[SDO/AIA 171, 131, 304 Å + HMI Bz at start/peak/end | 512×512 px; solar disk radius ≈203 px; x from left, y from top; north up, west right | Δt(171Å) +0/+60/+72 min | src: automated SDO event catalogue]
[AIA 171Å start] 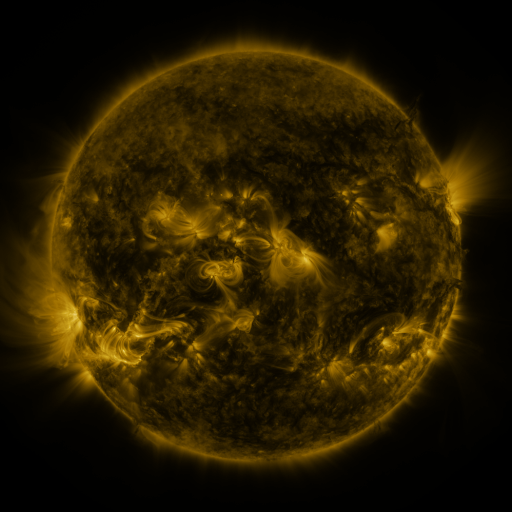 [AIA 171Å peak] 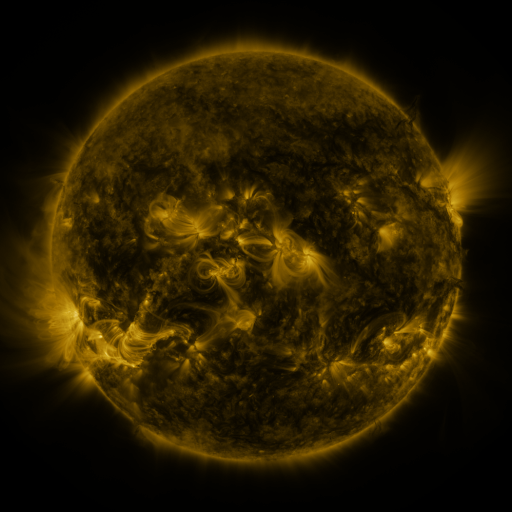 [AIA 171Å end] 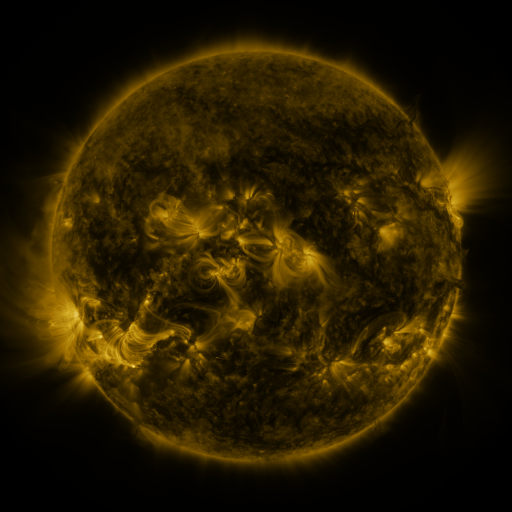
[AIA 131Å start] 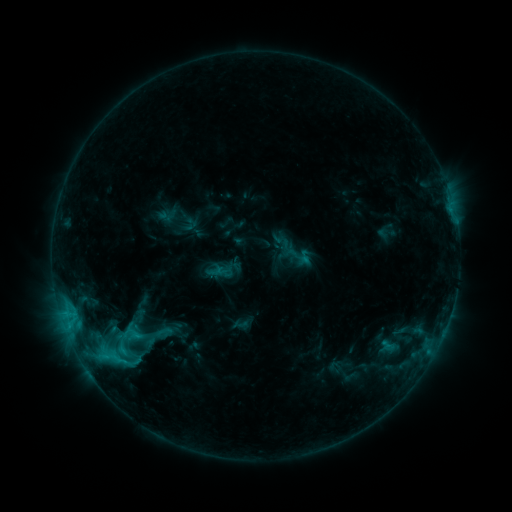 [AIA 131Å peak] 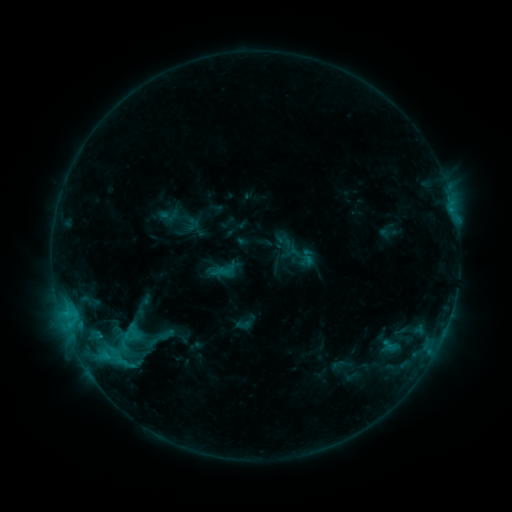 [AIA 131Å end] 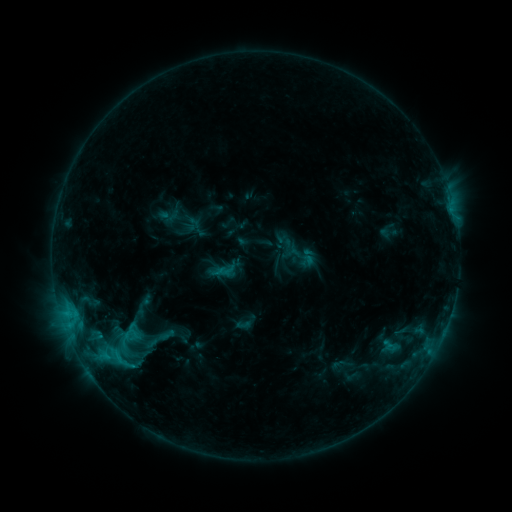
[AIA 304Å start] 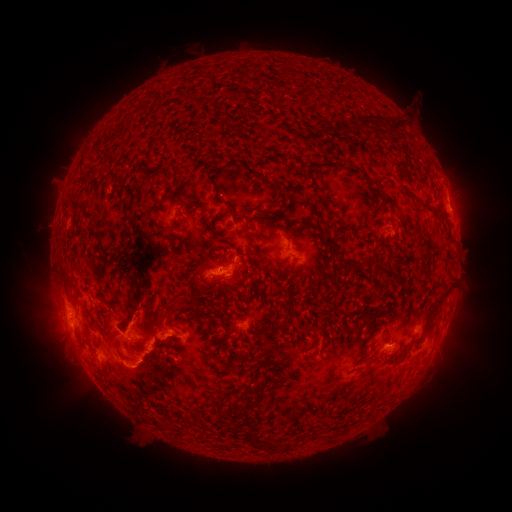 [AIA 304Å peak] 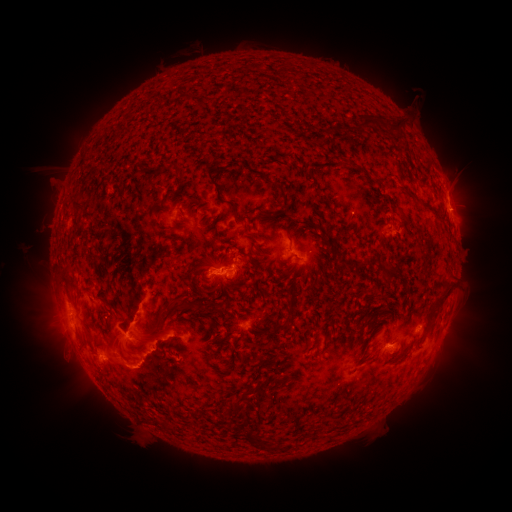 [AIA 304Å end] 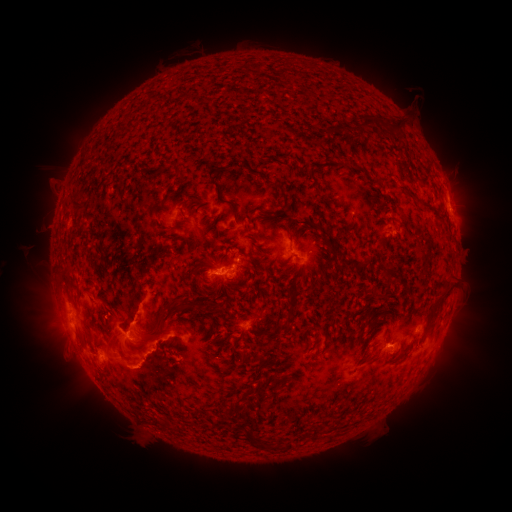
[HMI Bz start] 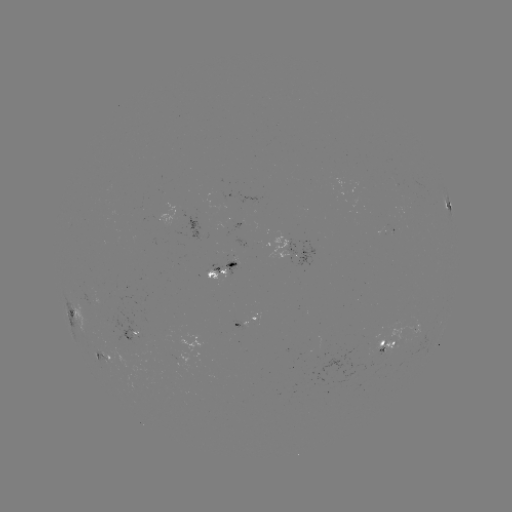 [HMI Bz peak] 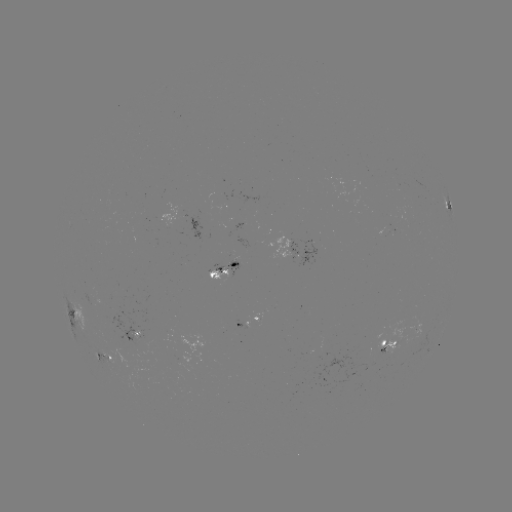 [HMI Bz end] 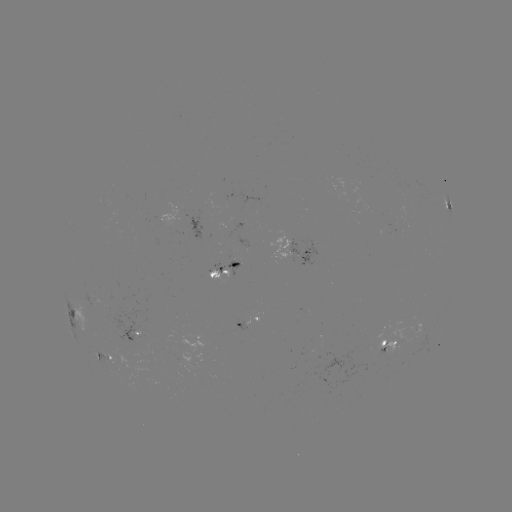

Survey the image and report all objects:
emerging-flux region: (139, 335)
